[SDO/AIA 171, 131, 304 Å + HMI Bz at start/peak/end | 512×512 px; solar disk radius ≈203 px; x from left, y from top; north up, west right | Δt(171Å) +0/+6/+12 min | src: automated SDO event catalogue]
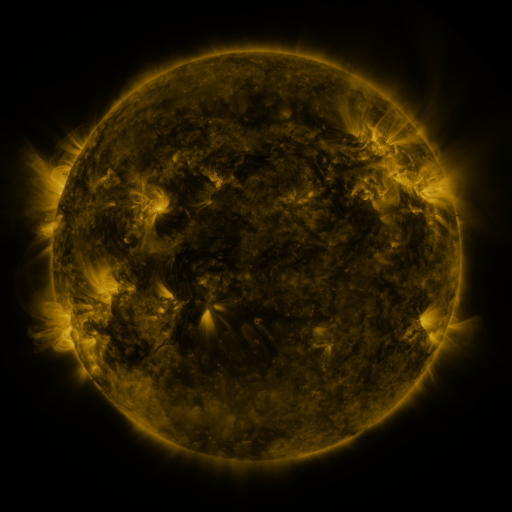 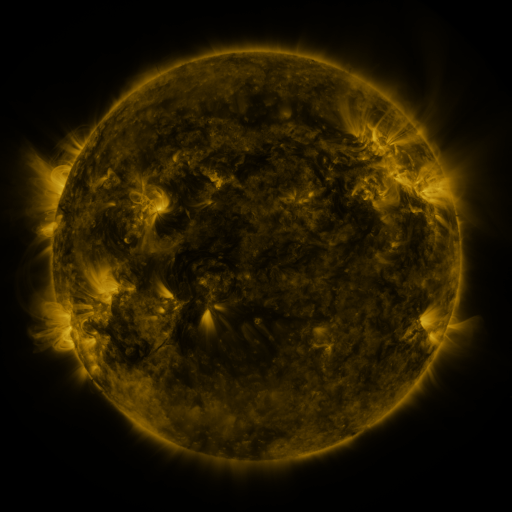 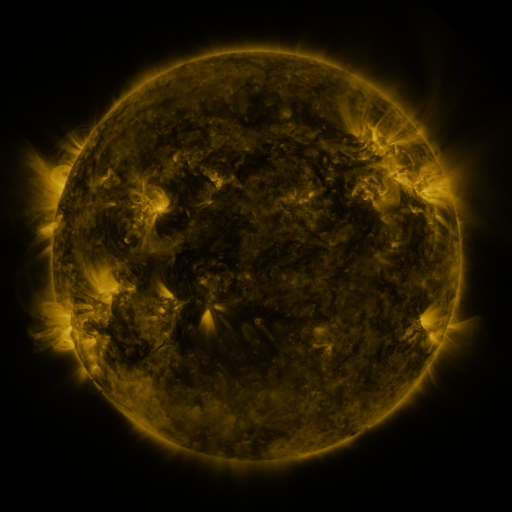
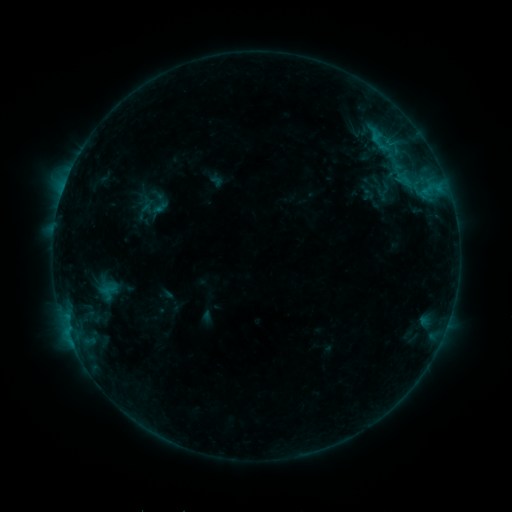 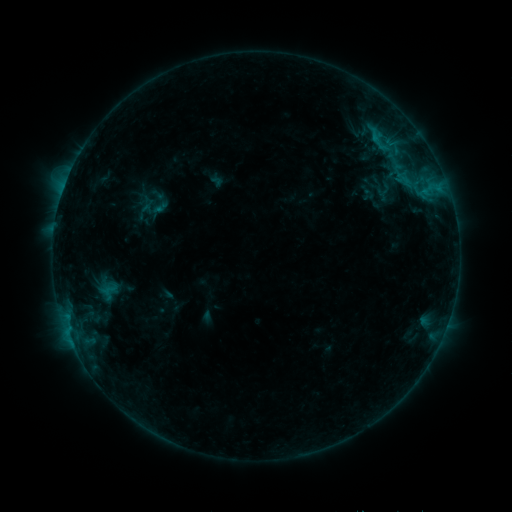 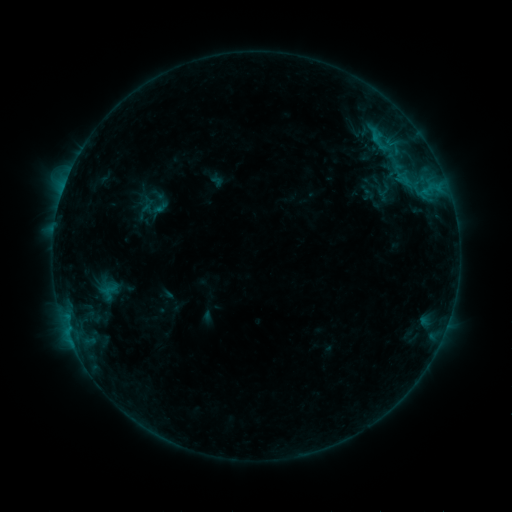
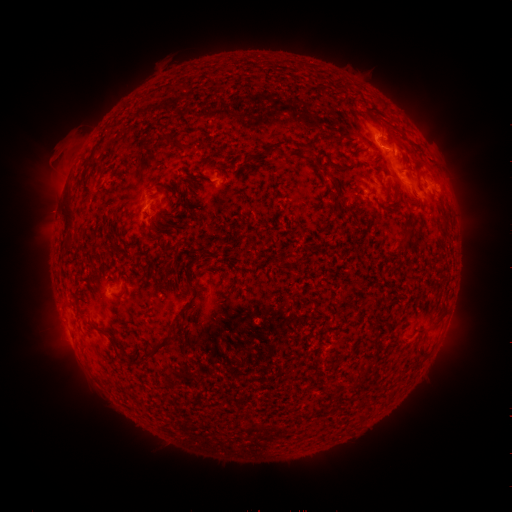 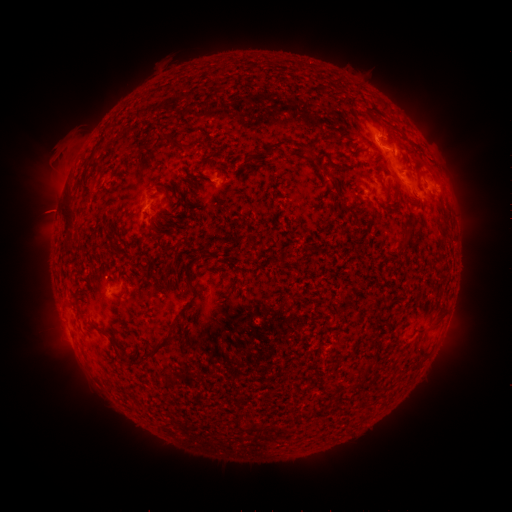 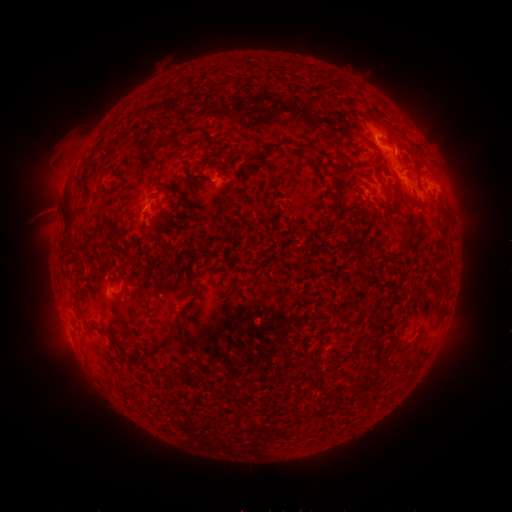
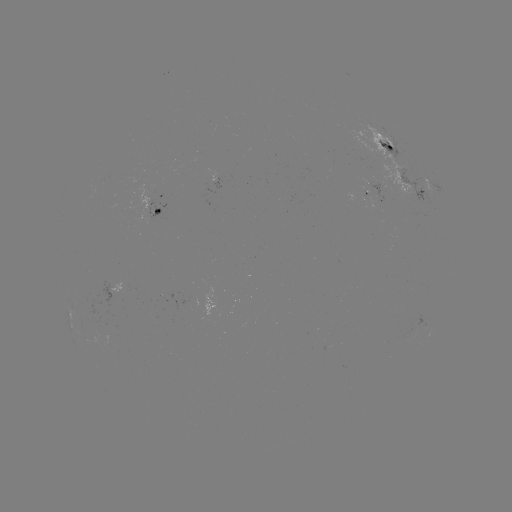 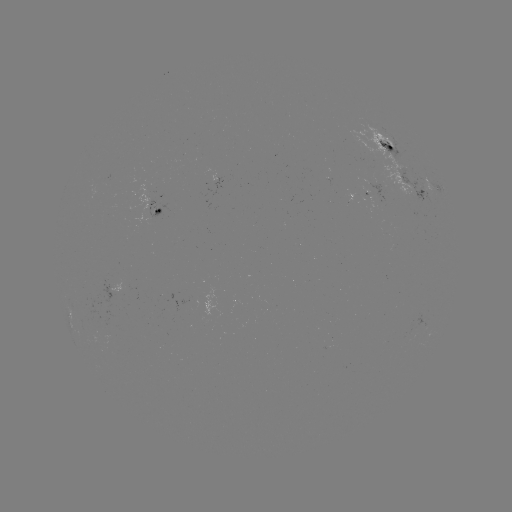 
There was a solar eruption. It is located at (47, 211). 